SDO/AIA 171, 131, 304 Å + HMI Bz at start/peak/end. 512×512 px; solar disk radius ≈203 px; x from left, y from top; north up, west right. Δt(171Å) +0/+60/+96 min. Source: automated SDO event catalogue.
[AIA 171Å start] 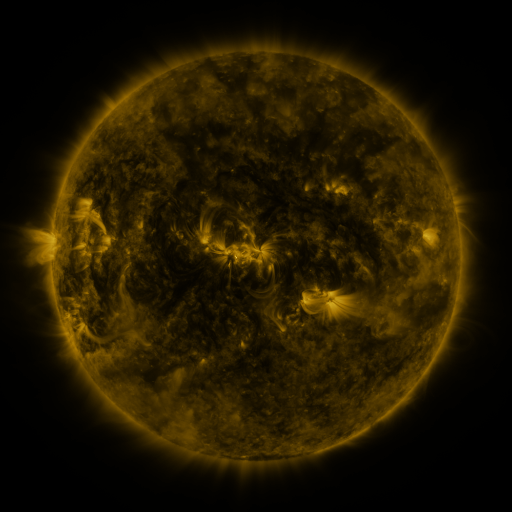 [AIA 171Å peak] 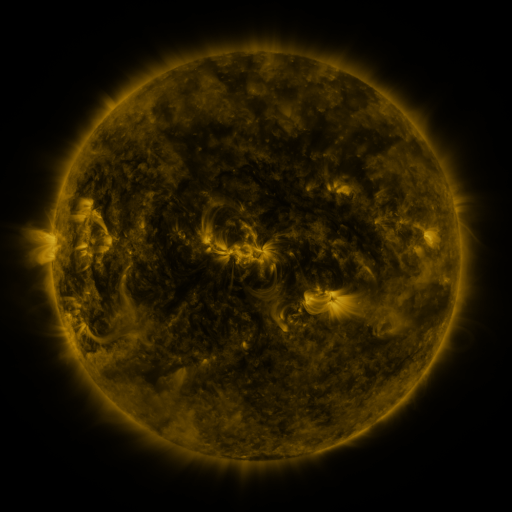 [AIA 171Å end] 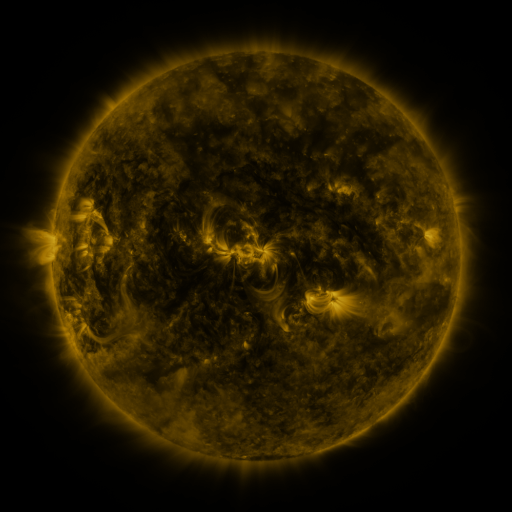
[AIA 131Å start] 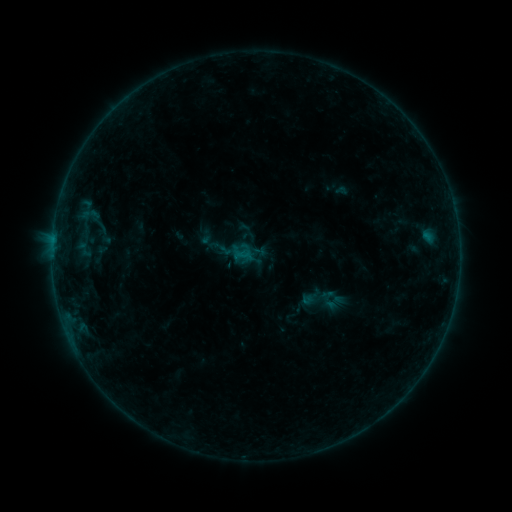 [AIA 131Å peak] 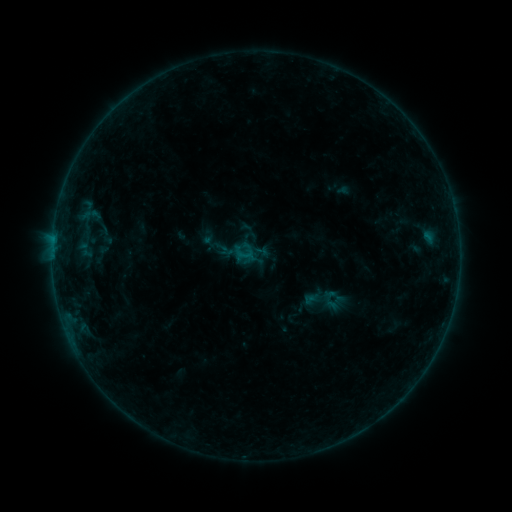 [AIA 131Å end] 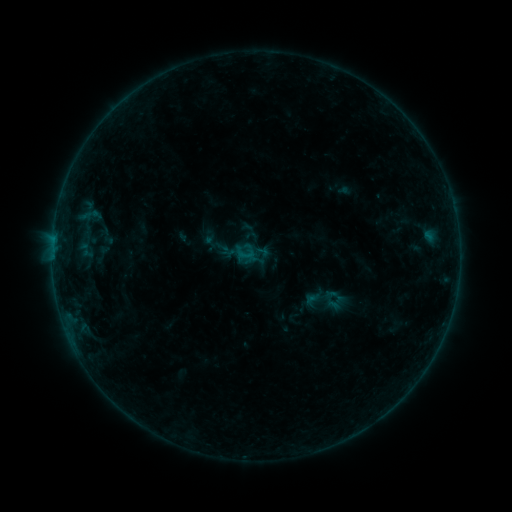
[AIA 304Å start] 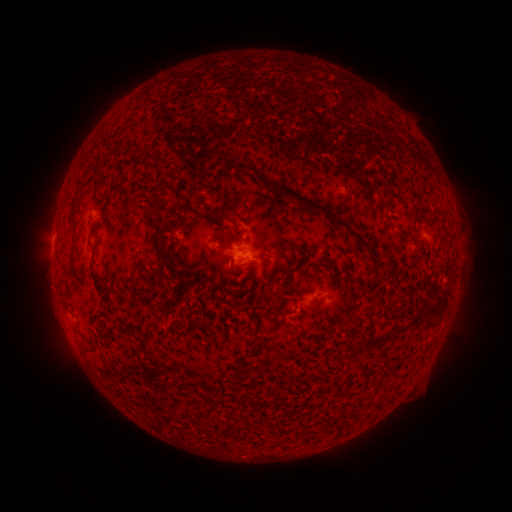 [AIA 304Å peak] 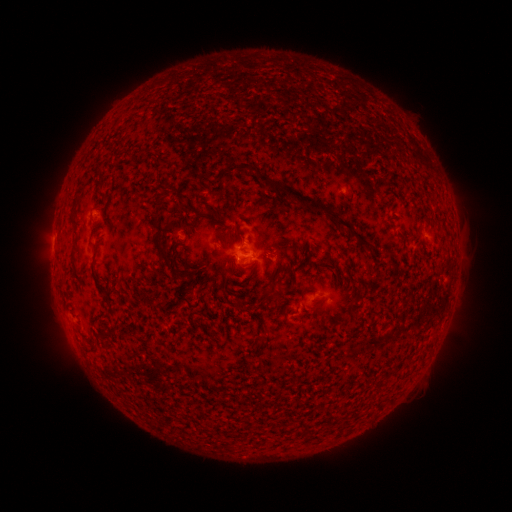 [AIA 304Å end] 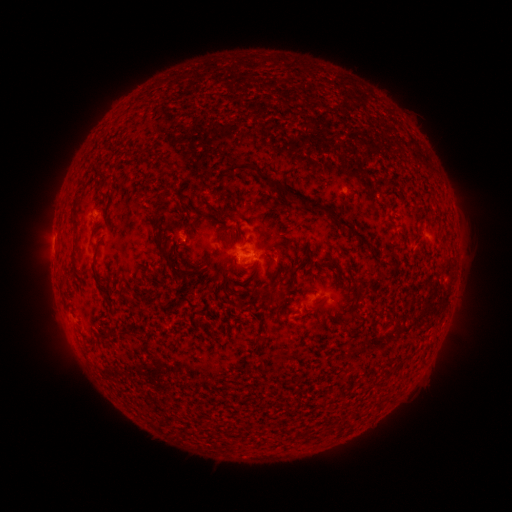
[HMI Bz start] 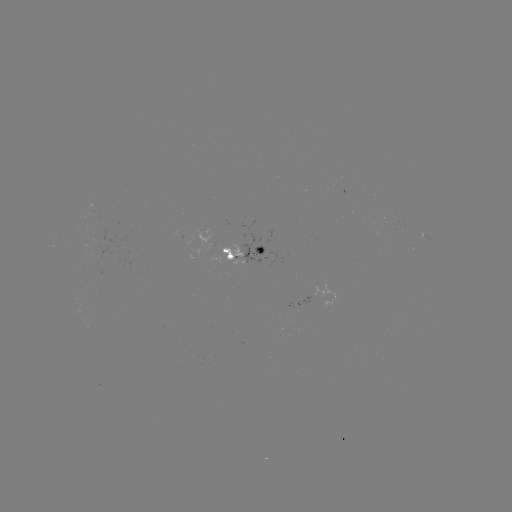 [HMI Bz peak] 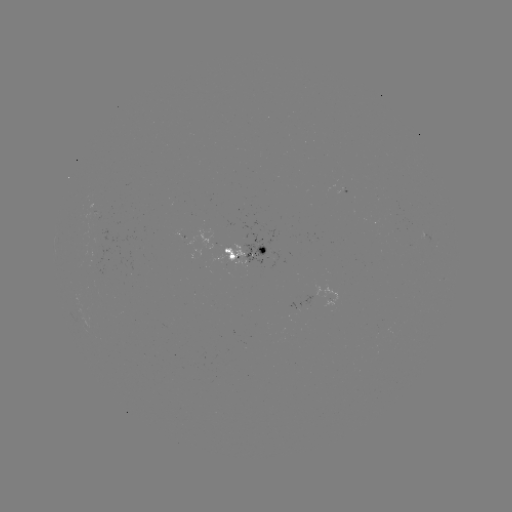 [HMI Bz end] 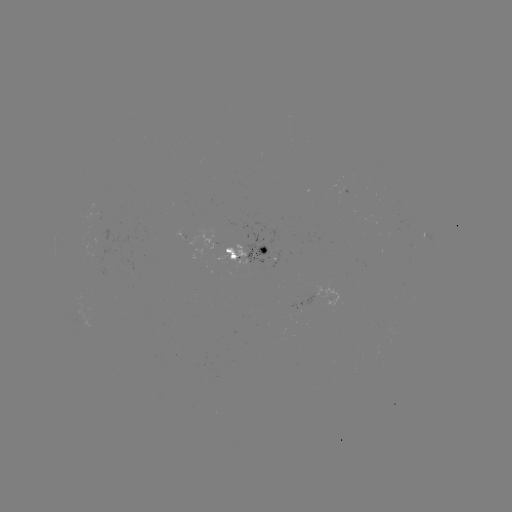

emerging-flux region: [82, 225, 125, 271]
